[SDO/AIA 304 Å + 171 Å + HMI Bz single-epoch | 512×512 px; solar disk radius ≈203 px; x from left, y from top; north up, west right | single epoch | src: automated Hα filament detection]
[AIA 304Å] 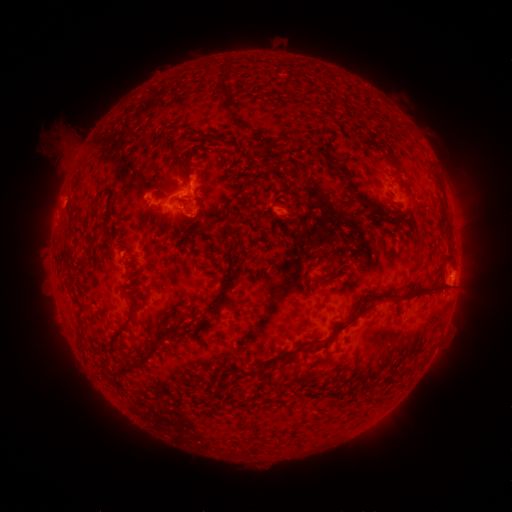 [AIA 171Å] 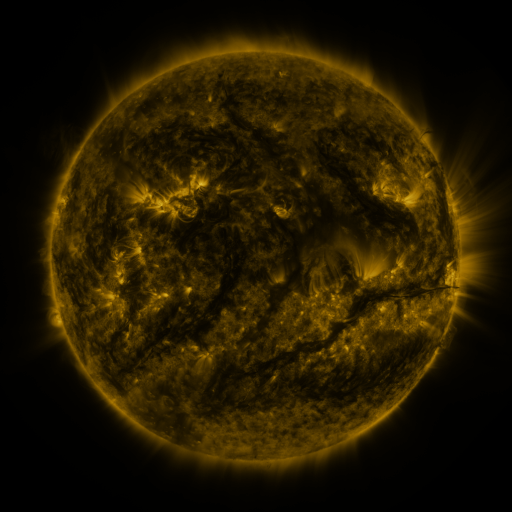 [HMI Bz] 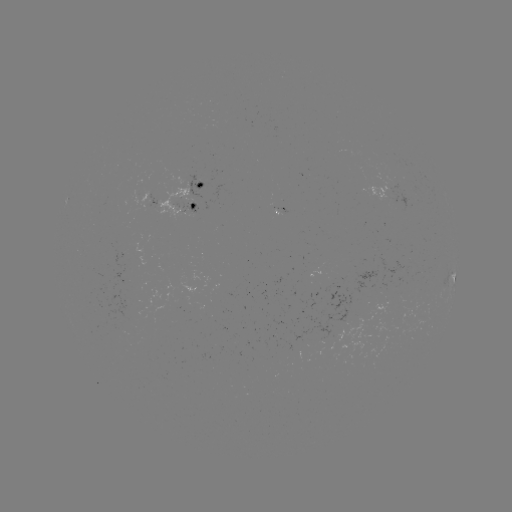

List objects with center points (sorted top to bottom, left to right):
filament: (221, 92)
filament: (240, 127)
filament: (199, 136)
filament: (326, 153)
filament: (393, 158)
filament: (187, 171)
filament: (351, 187)
filament: (101, 195)
filament: (178, 200)
filament: (386, 214)
filament: (71, 215)
filament: (219, 220)
filament: (198, 222)
filament: (162, 226)
filament: (105, 227)
filament: (192, 236)
filament: (327, 258)
filament: (339, 265)
filament: (308, 285)
filament: (227, 288)
filament: (380, 294)
filament: (196, 315)
filament: (130, 322)
filament: (82, 339)
filament: (161, 339)
filament: (282, 358)
